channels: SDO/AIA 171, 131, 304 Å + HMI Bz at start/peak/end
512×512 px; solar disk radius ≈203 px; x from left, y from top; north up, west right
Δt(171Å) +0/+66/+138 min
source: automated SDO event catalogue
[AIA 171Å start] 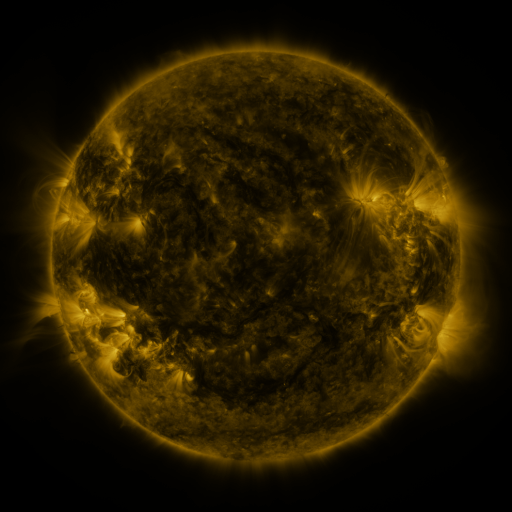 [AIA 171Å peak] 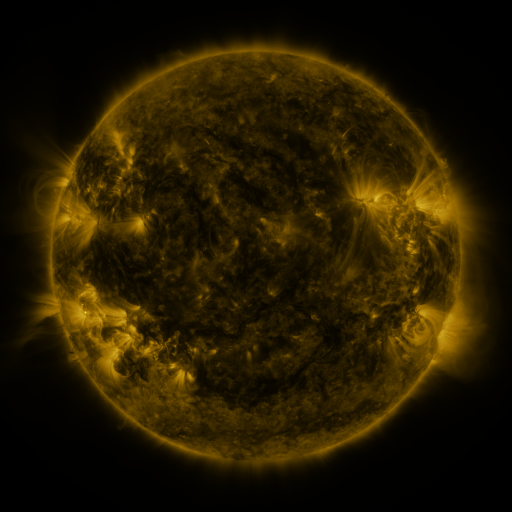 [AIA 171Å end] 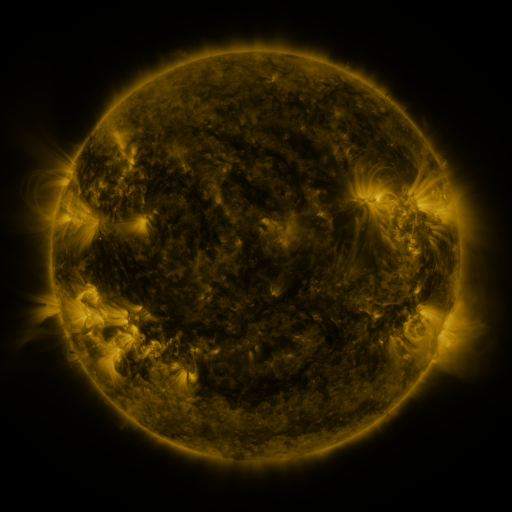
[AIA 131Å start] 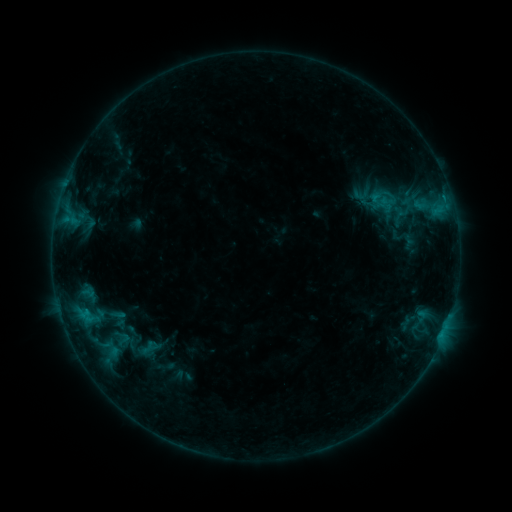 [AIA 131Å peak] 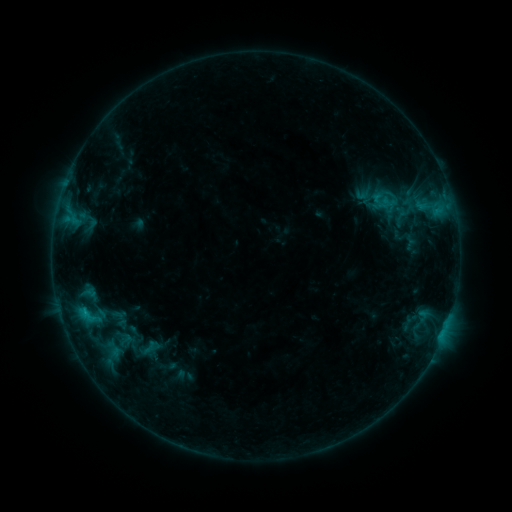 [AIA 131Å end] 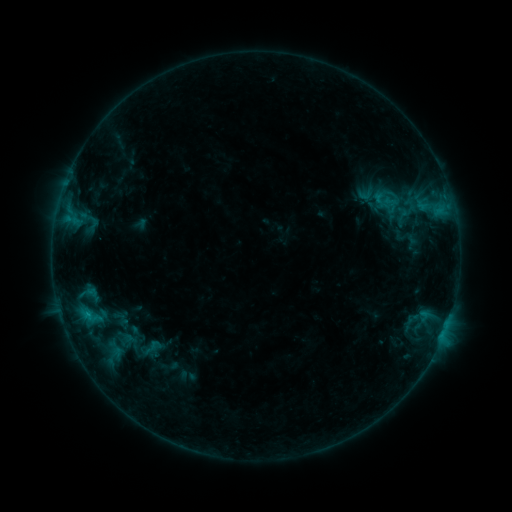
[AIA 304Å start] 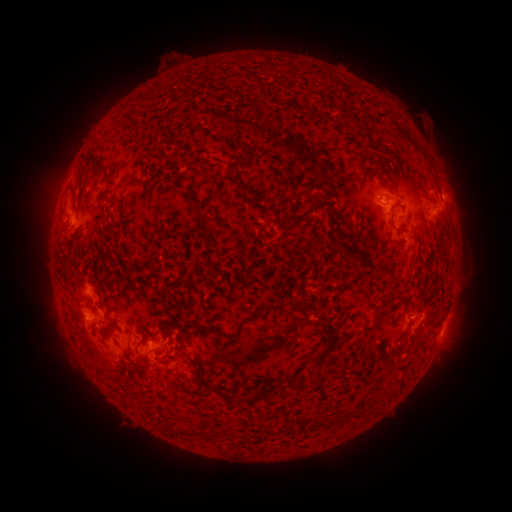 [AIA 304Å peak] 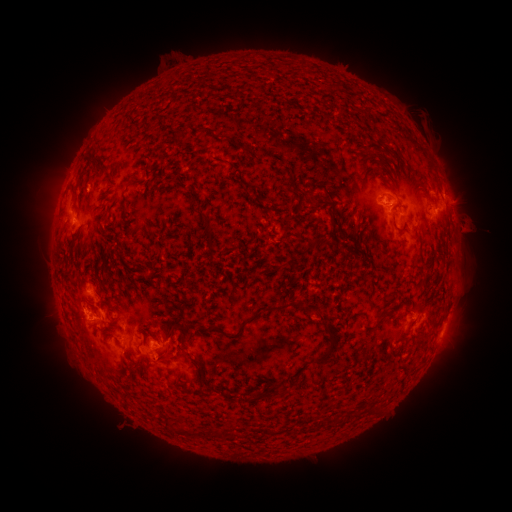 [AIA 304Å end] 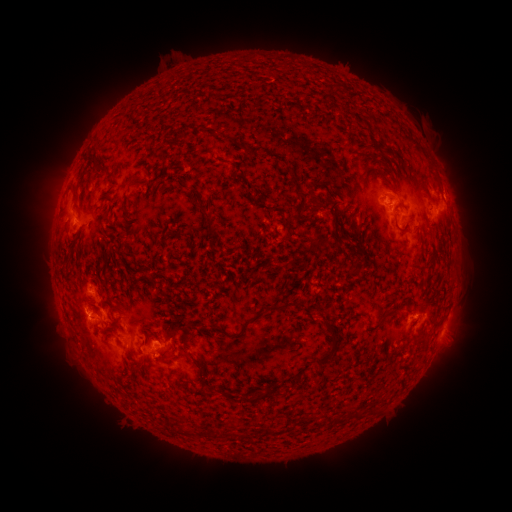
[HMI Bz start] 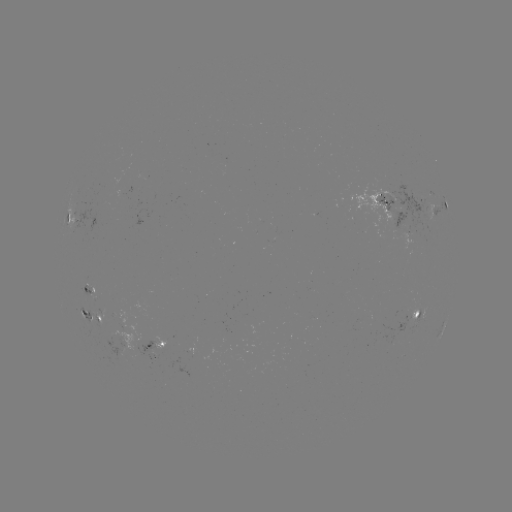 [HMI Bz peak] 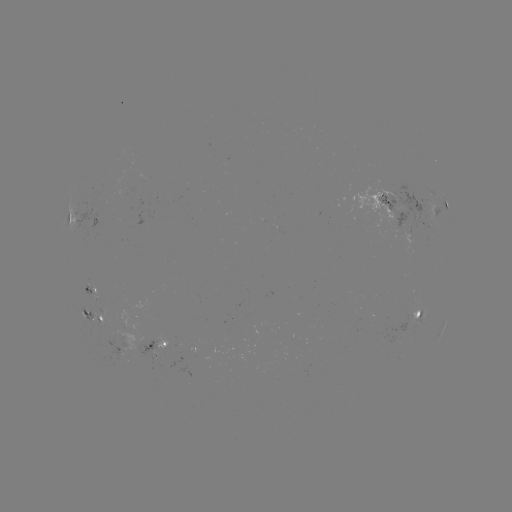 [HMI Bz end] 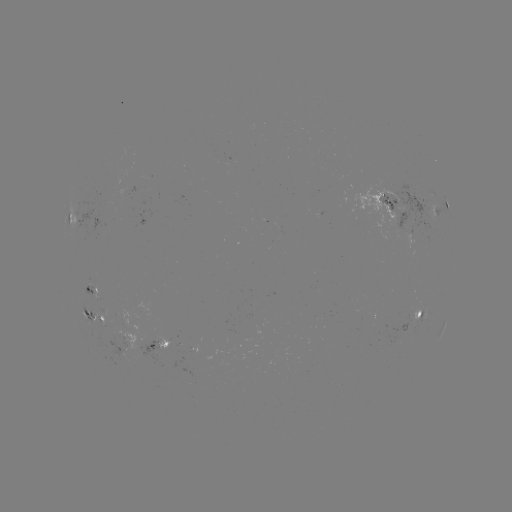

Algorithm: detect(filament eruption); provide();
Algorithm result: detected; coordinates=469,219